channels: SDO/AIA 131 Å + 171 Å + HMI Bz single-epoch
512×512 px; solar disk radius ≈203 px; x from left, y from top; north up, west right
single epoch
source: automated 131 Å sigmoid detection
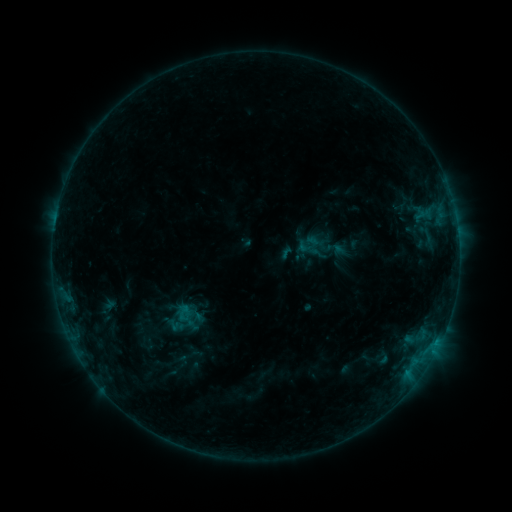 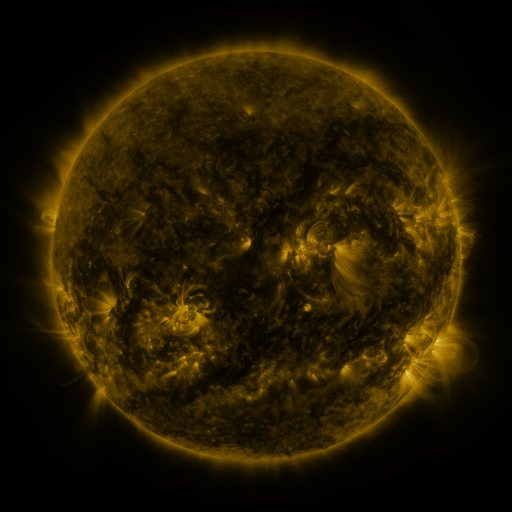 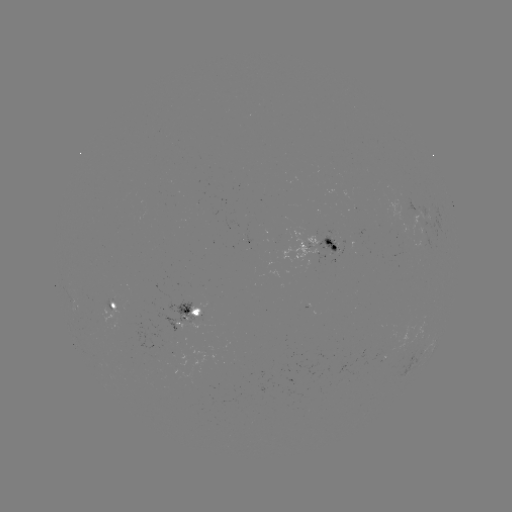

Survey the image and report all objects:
sigmoid: [296, 237, 319, 259]
